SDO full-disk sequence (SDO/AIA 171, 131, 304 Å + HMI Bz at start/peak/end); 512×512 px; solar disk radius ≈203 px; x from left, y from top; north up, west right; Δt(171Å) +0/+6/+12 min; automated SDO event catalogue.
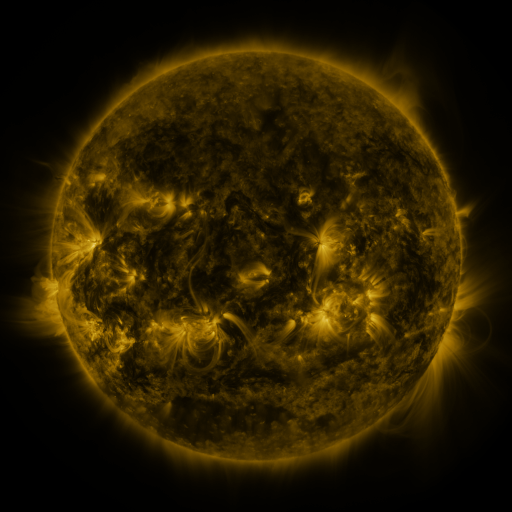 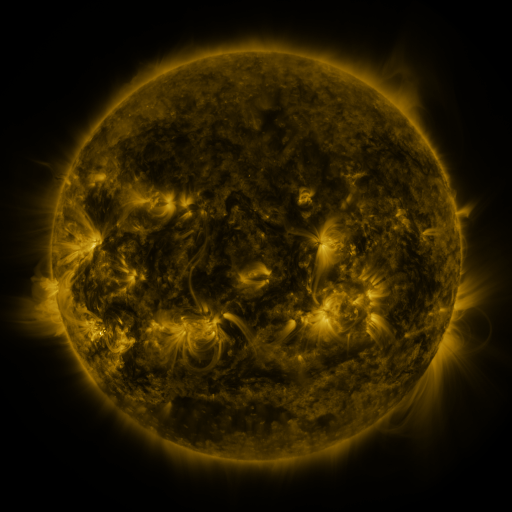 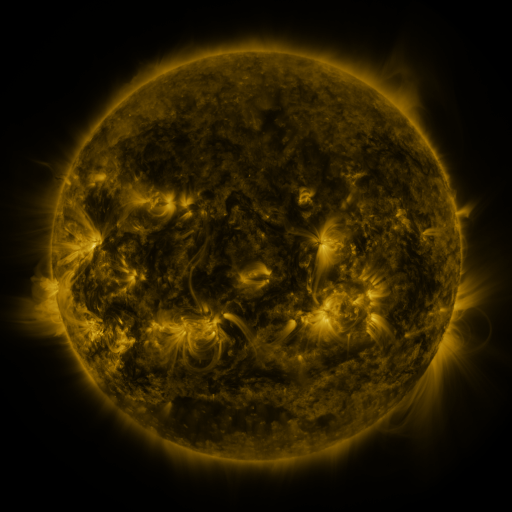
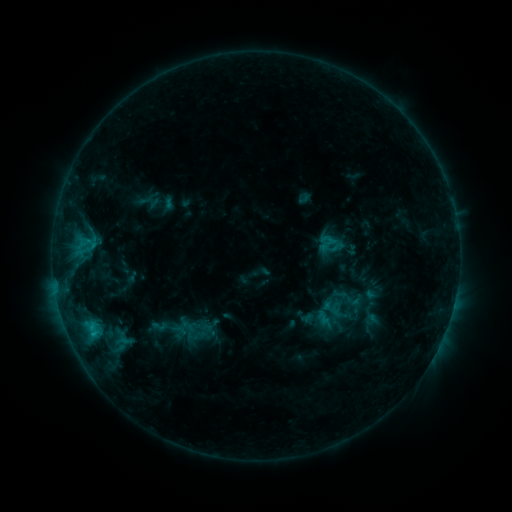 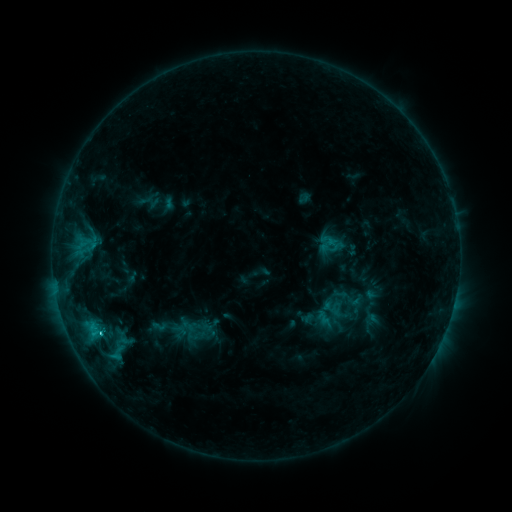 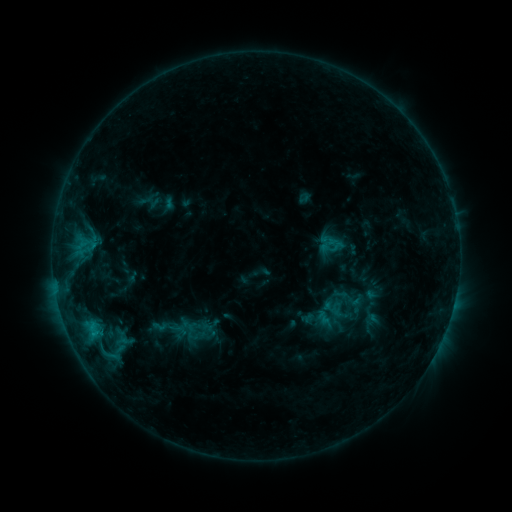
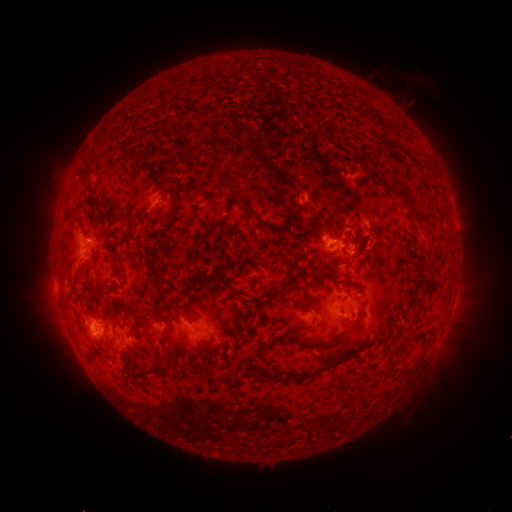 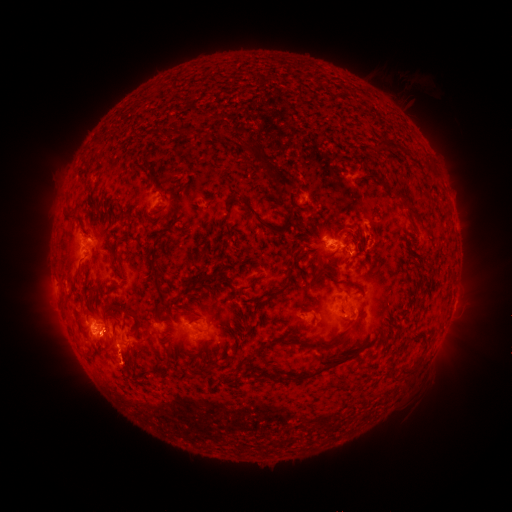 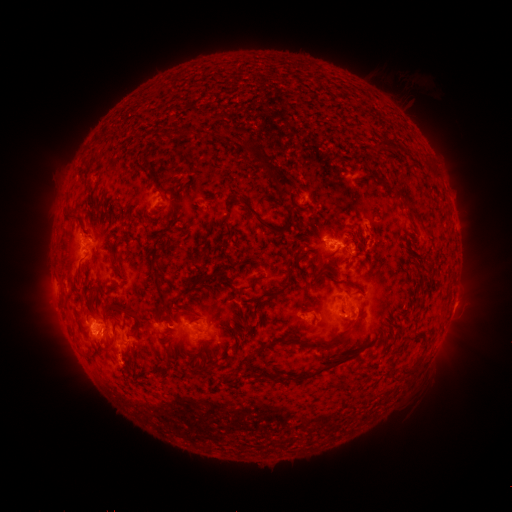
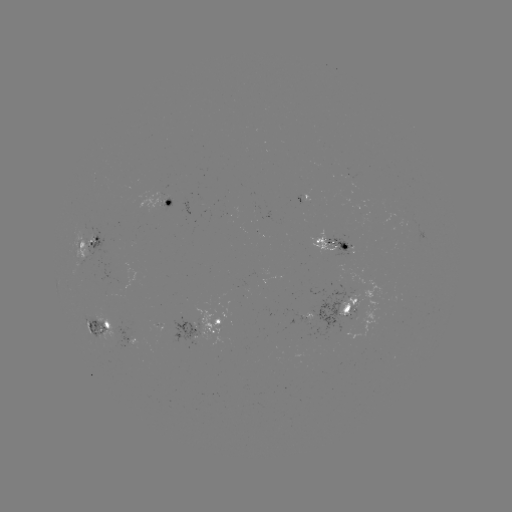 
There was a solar flare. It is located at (100, 331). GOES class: C2.9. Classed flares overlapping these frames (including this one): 1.